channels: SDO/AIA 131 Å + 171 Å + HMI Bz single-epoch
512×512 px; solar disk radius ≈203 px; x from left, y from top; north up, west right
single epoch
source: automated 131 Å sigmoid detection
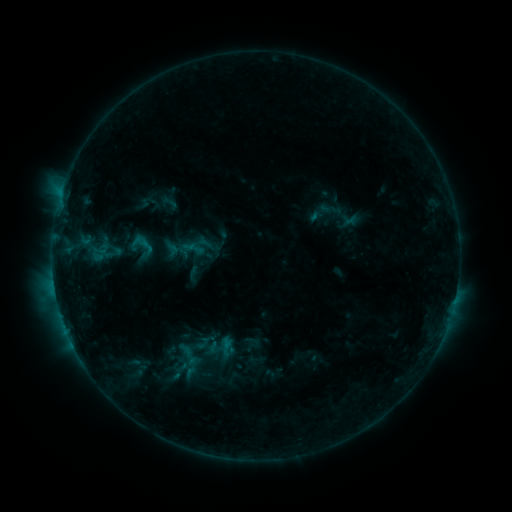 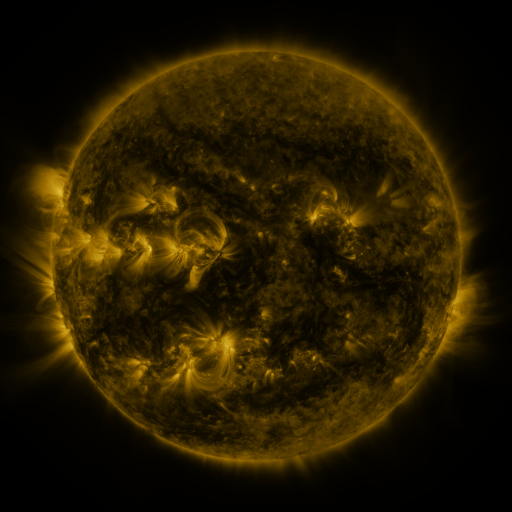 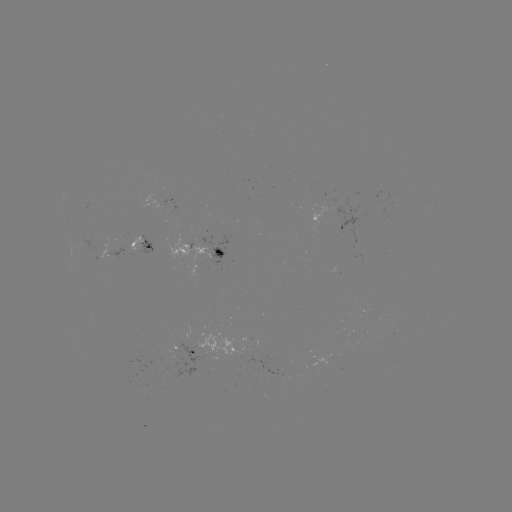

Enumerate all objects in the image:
sigmoid: (141, 245)
